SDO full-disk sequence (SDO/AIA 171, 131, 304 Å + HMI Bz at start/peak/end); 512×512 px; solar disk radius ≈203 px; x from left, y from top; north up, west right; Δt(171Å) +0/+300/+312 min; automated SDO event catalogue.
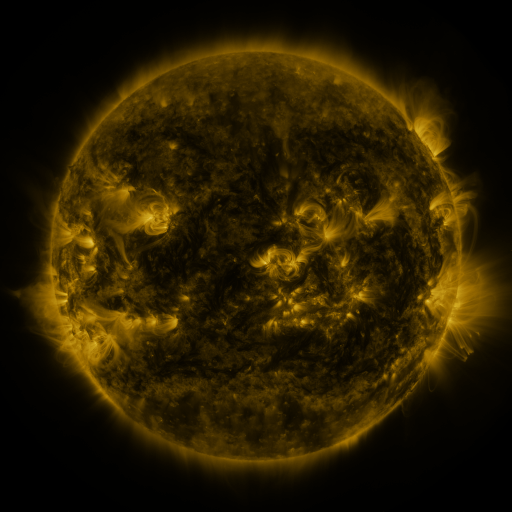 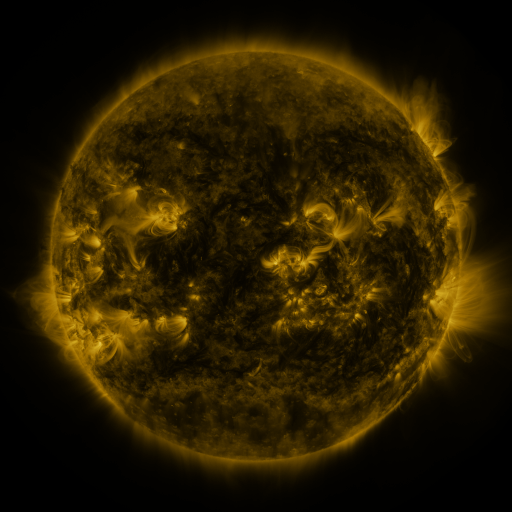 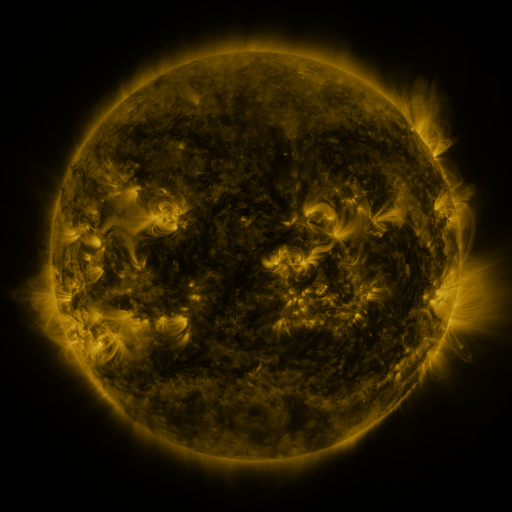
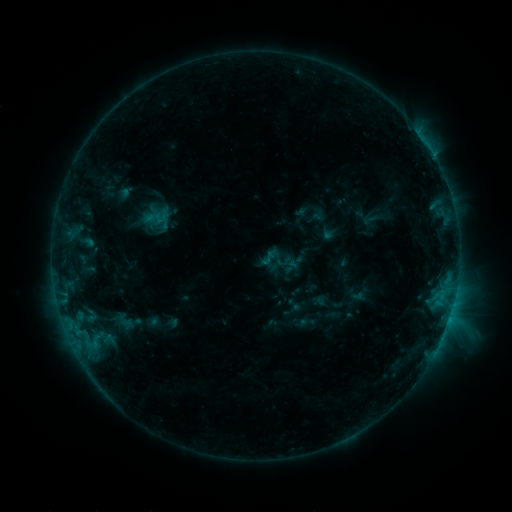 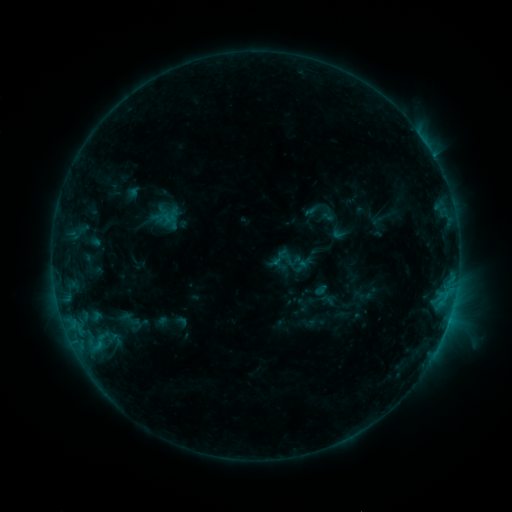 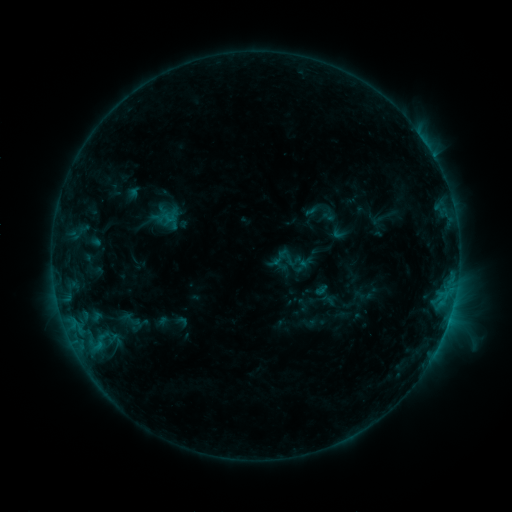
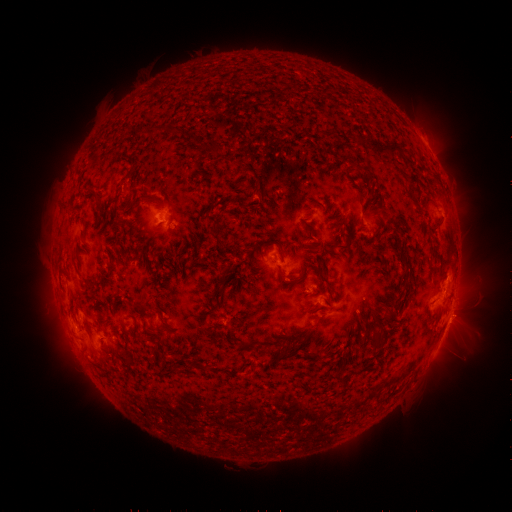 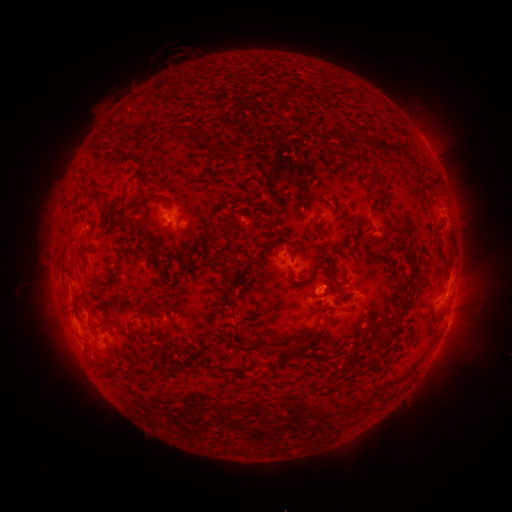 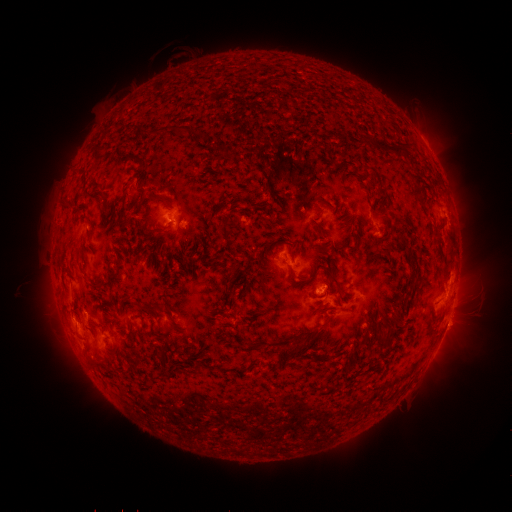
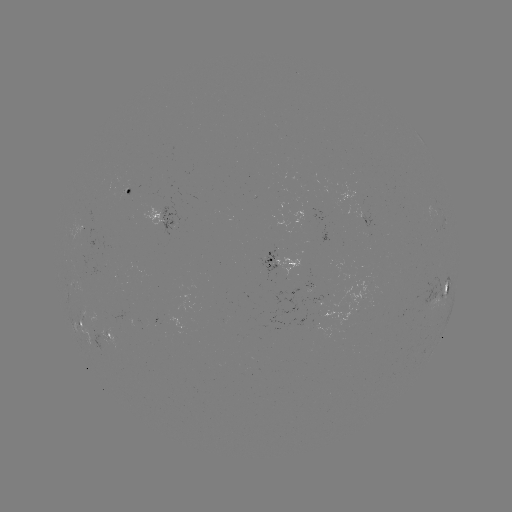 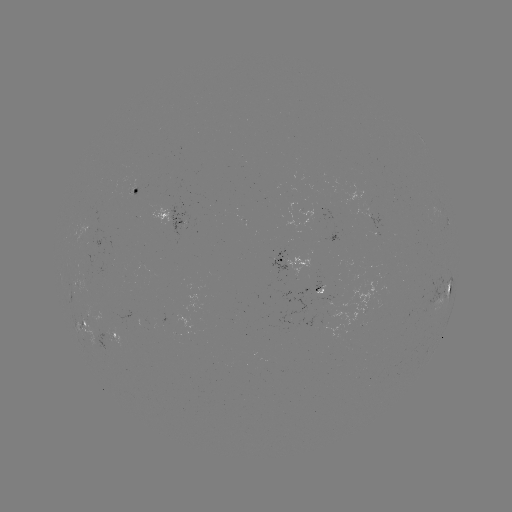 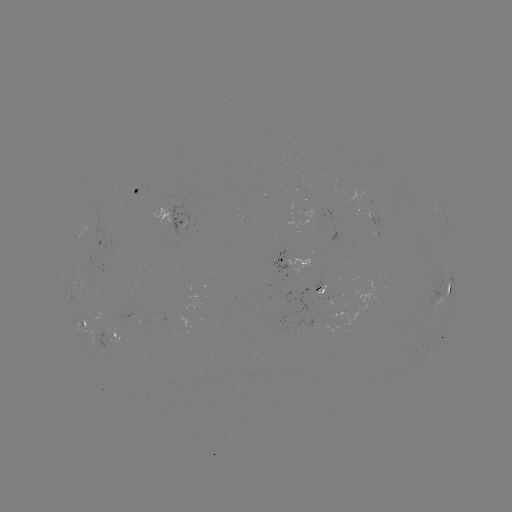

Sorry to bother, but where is emerging-flux region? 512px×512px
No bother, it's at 106,340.